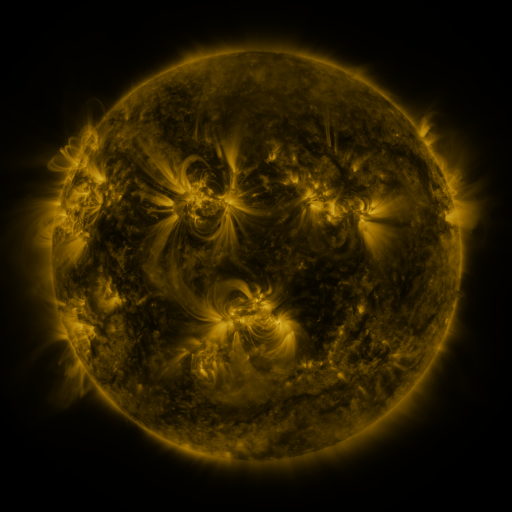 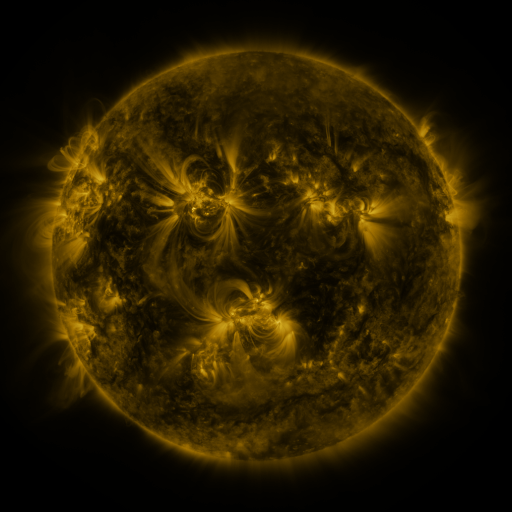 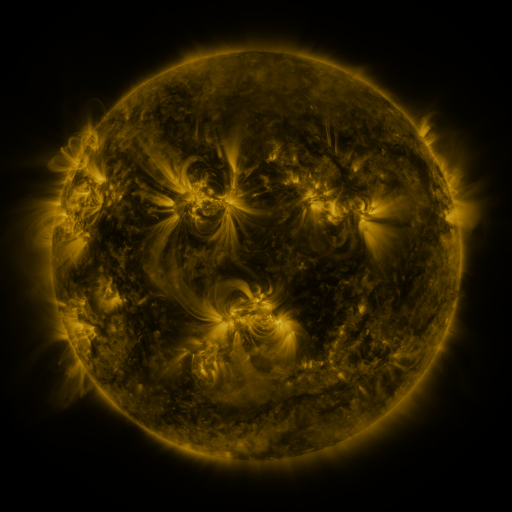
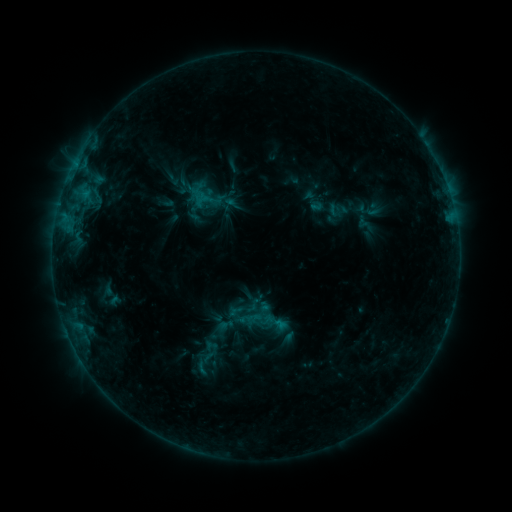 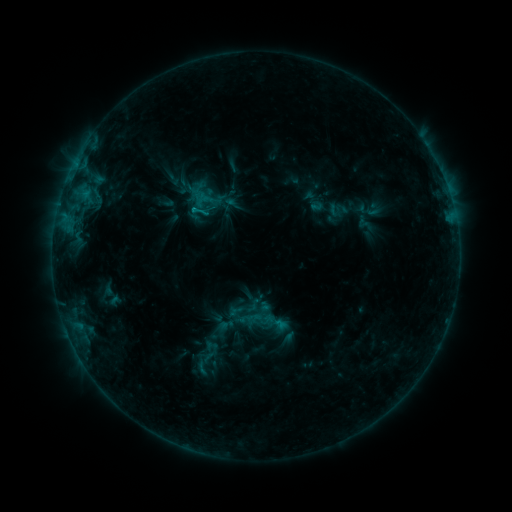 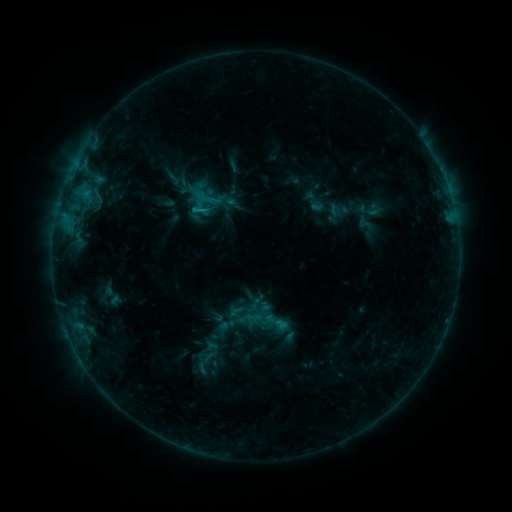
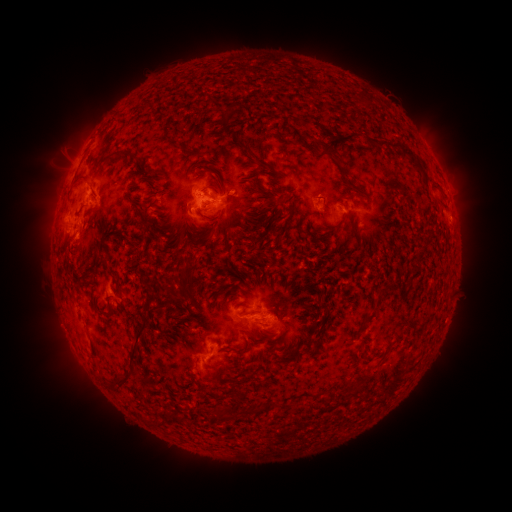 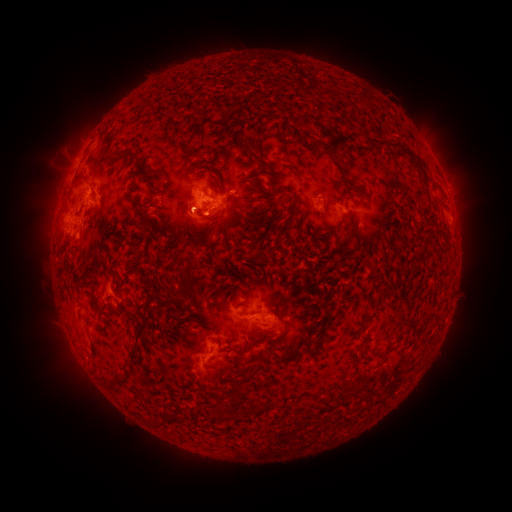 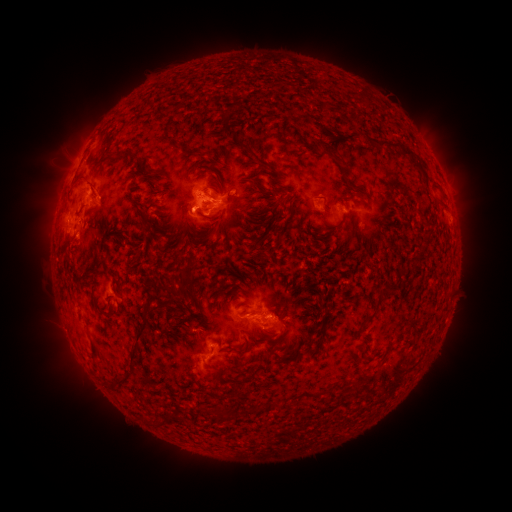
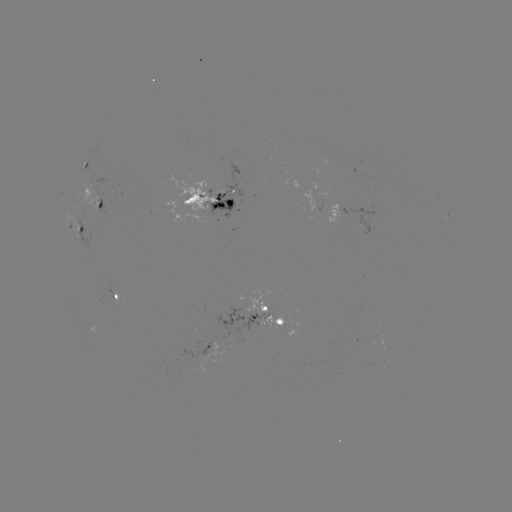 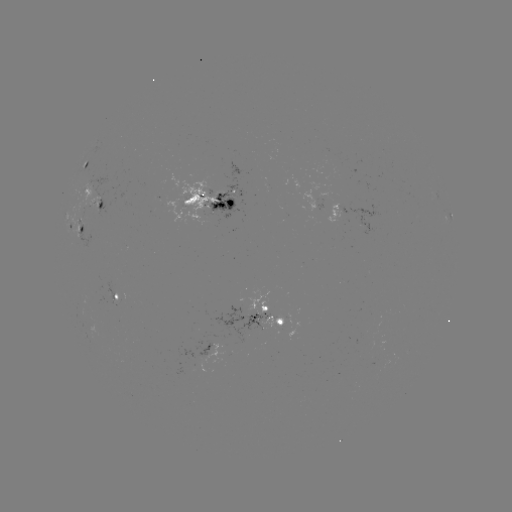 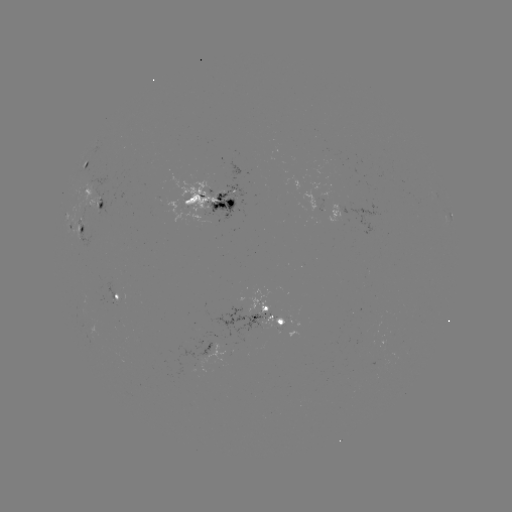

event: flare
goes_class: C1.4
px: (279, 324)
